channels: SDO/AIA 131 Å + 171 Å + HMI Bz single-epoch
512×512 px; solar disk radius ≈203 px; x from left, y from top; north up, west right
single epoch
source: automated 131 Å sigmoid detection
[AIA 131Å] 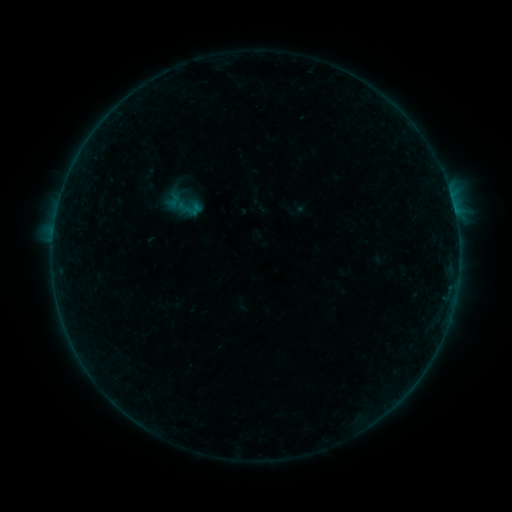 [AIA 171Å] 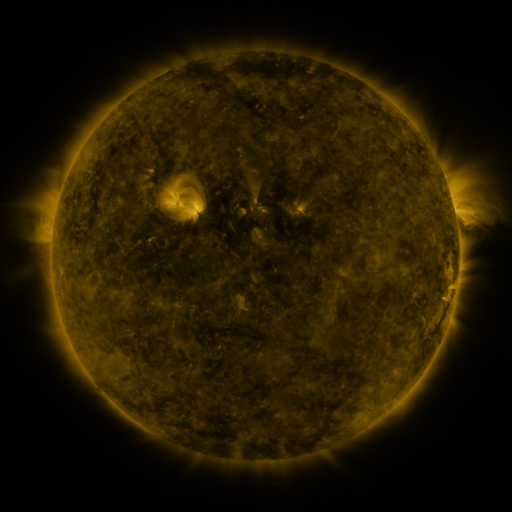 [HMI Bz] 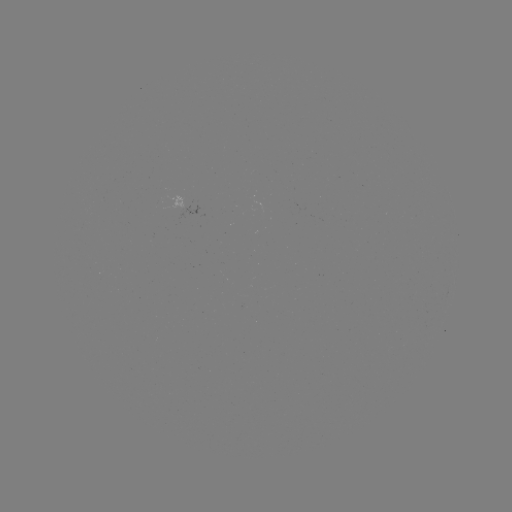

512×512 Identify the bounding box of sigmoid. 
[176, 195, 203, 221].